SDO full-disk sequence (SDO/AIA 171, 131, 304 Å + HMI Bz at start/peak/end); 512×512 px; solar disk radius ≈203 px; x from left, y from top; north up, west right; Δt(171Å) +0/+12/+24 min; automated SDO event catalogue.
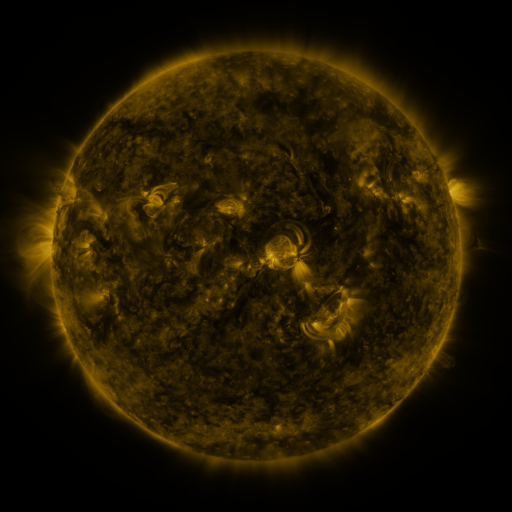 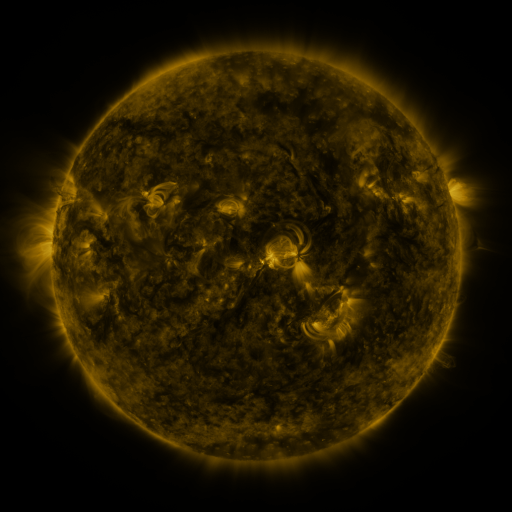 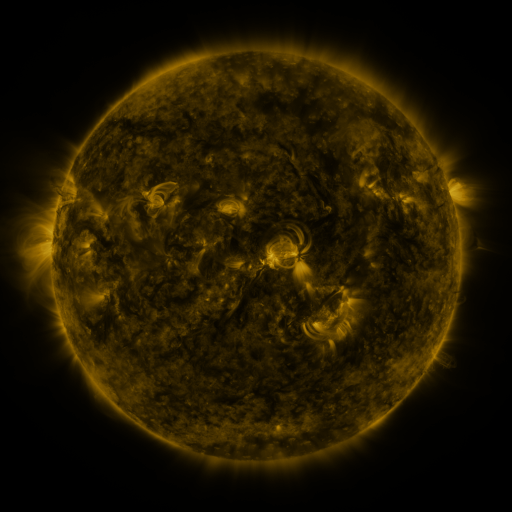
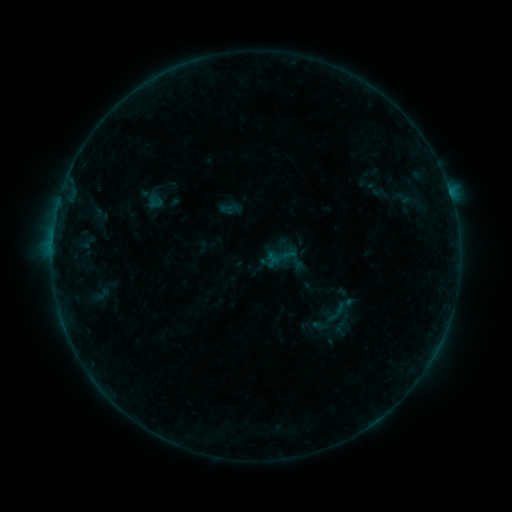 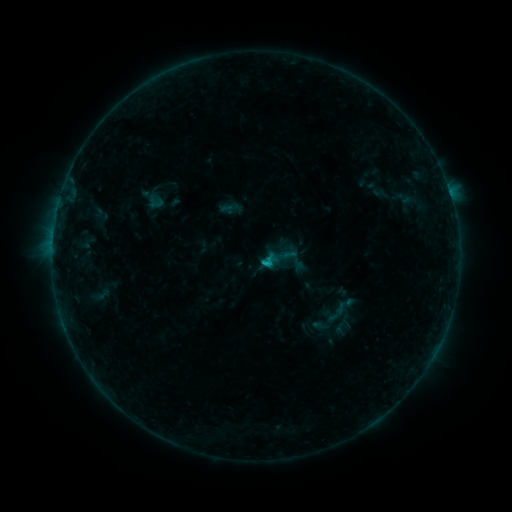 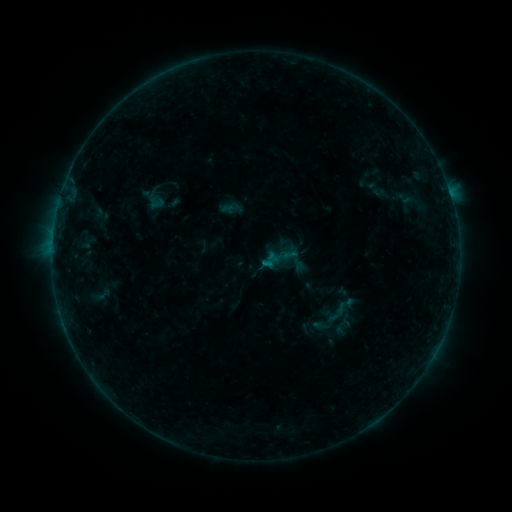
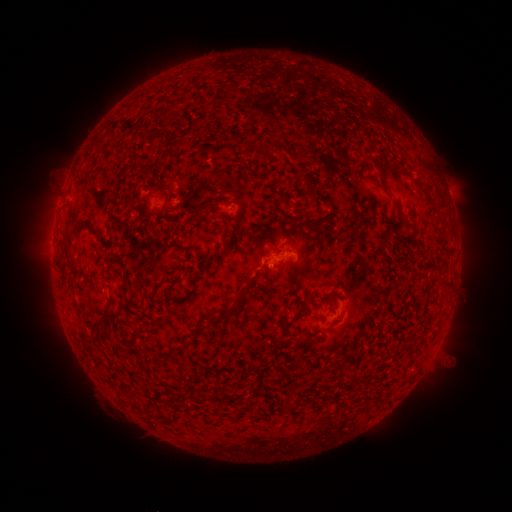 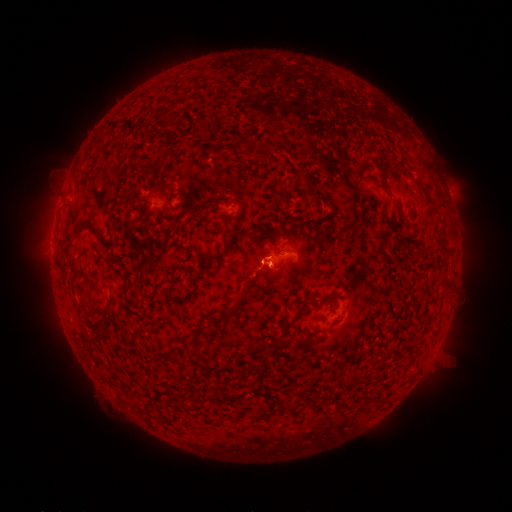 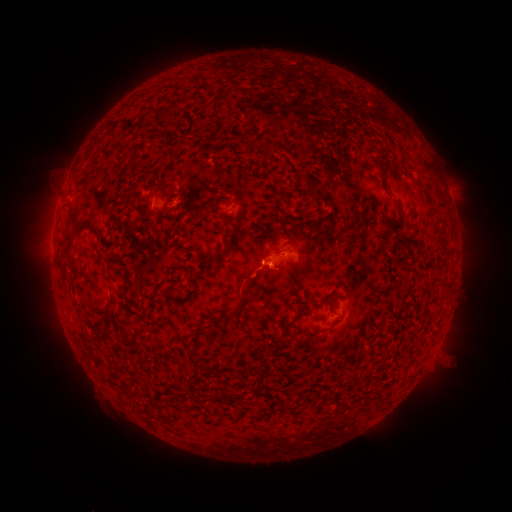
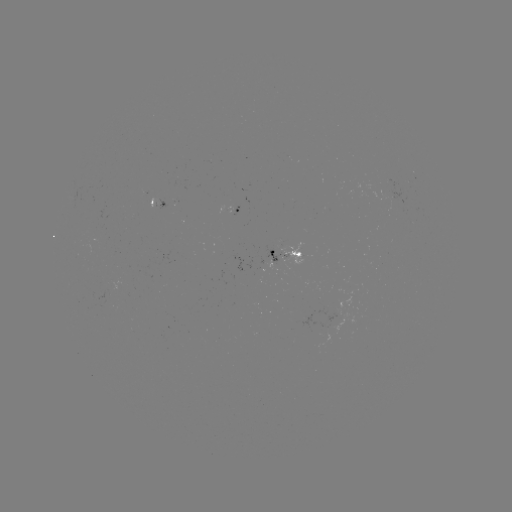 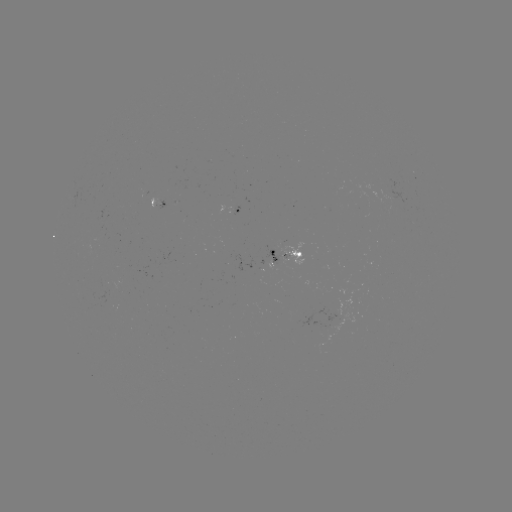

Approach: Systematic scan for B6.9 flare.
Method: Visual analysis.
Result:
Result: B6.9 flare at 266,262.